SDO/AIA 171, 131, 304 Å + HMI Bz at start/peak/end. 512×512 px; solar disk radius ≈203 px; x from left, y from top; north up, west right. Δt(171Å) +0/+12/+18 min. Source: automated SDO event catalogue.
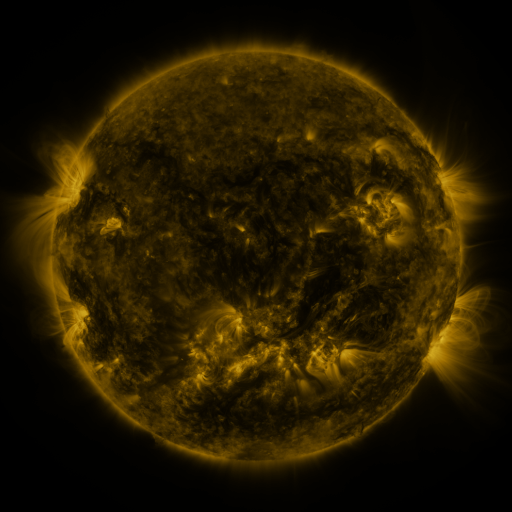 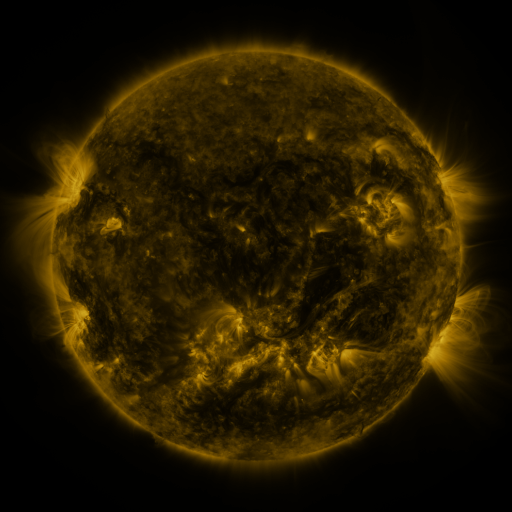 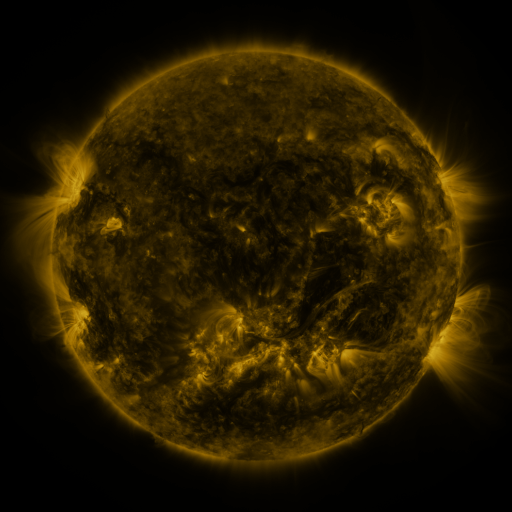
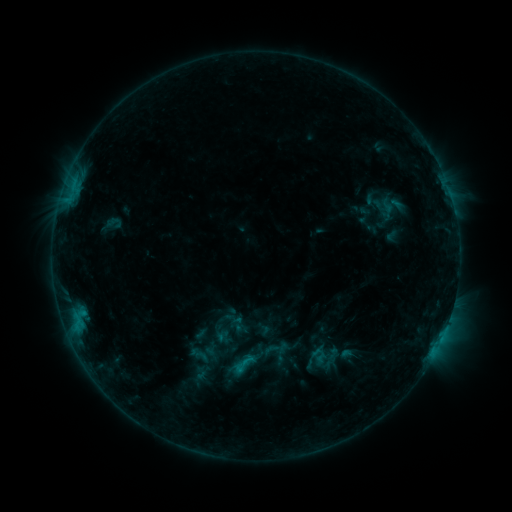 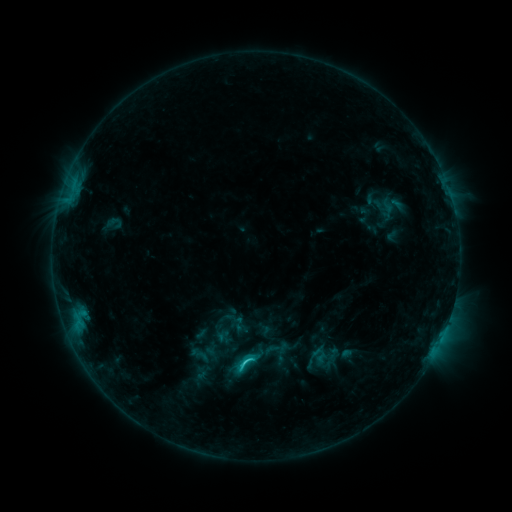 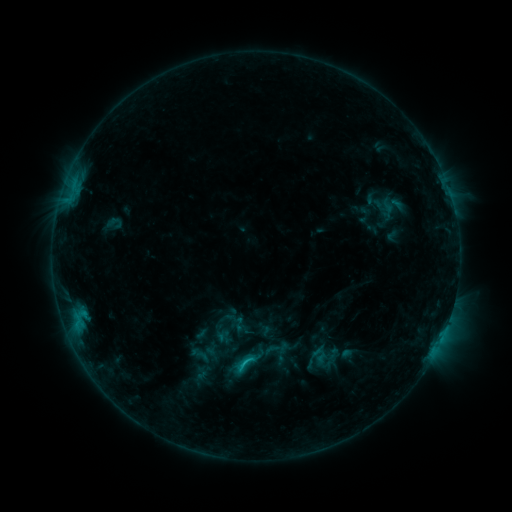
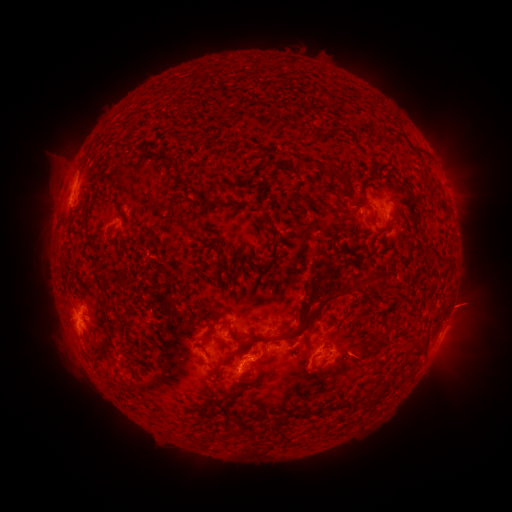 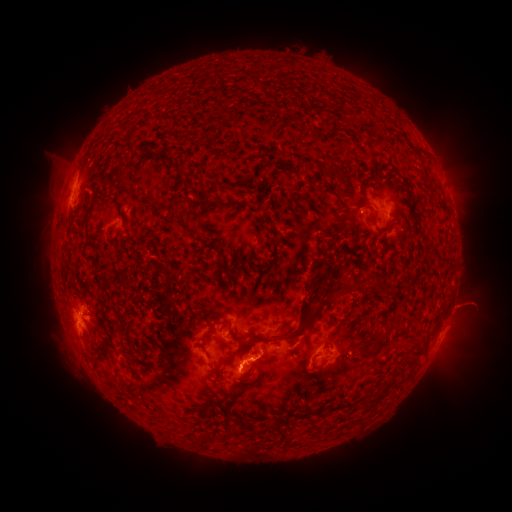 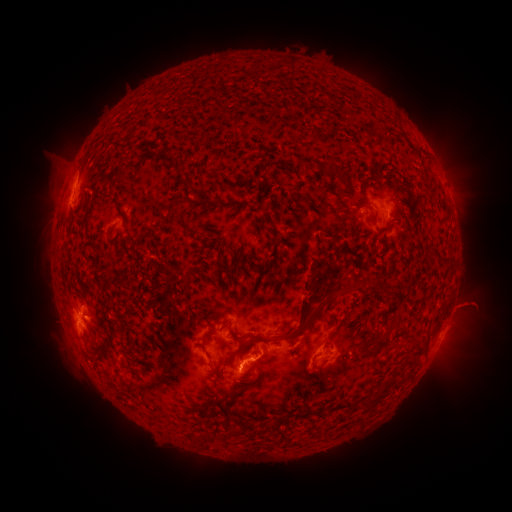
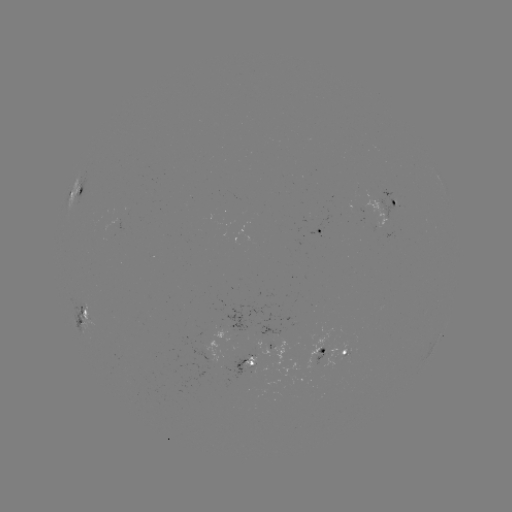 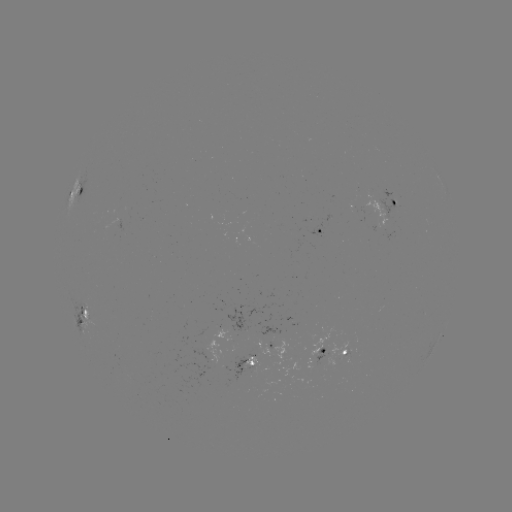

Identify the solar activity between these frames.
C1.7 flare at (246, 361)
